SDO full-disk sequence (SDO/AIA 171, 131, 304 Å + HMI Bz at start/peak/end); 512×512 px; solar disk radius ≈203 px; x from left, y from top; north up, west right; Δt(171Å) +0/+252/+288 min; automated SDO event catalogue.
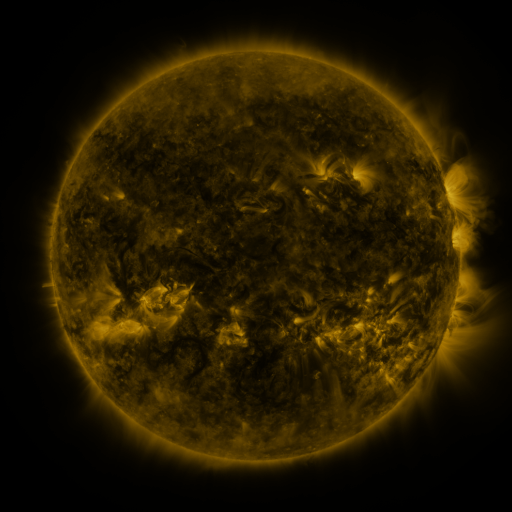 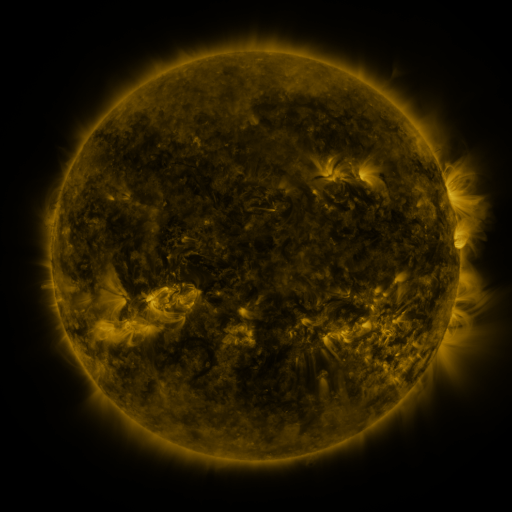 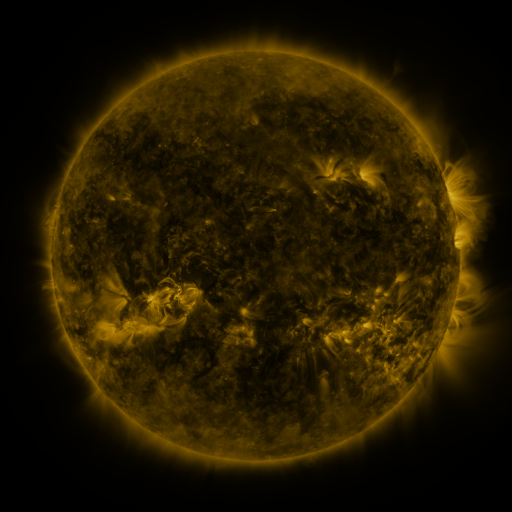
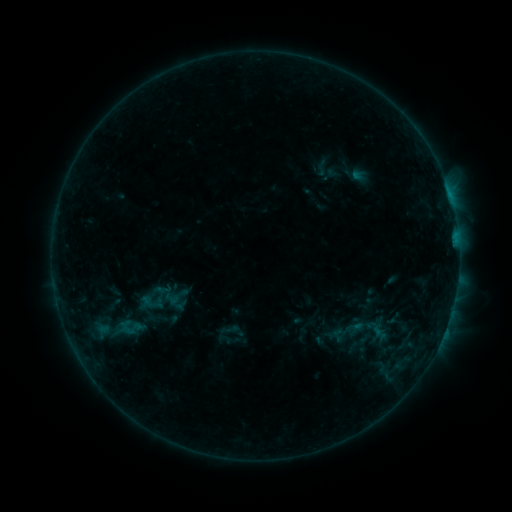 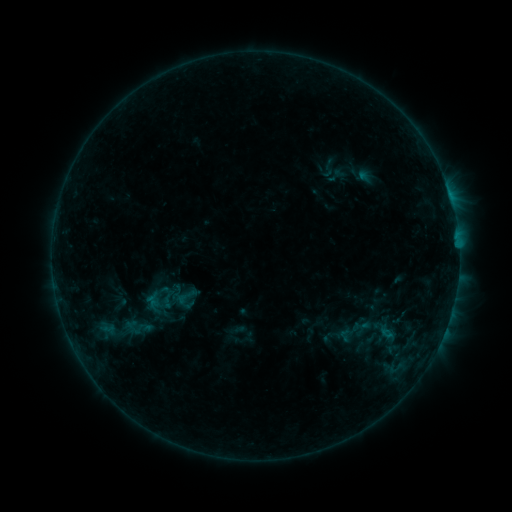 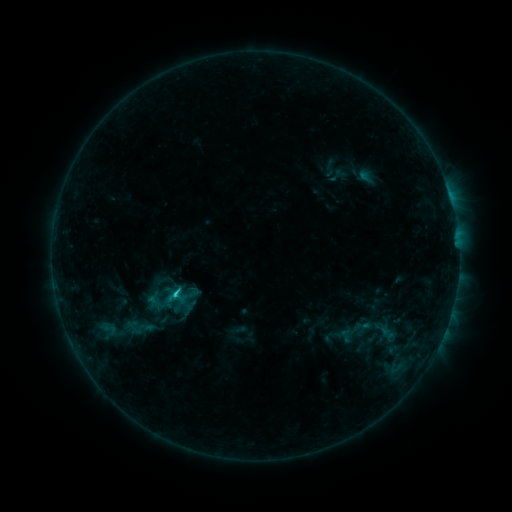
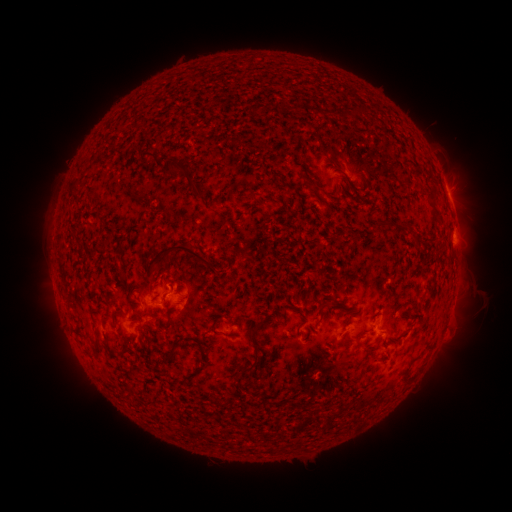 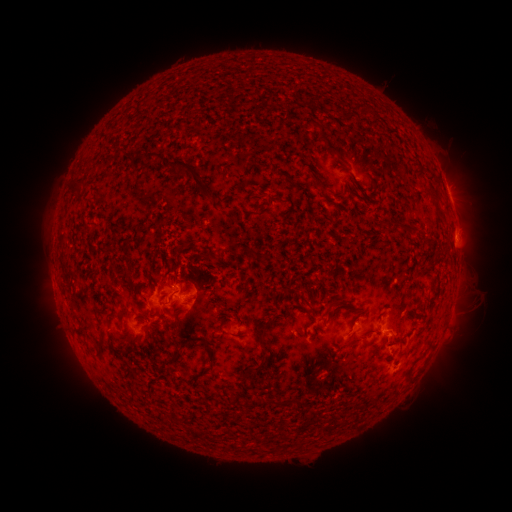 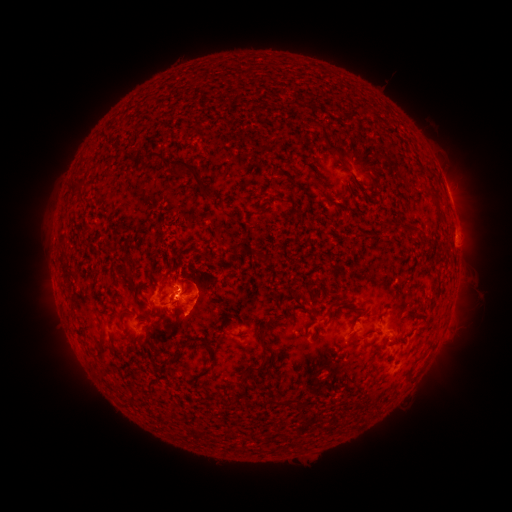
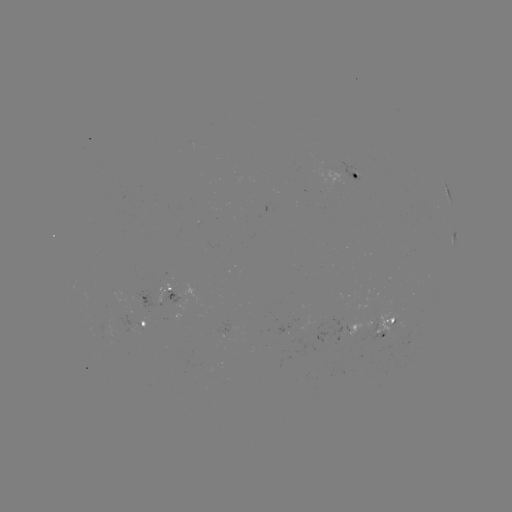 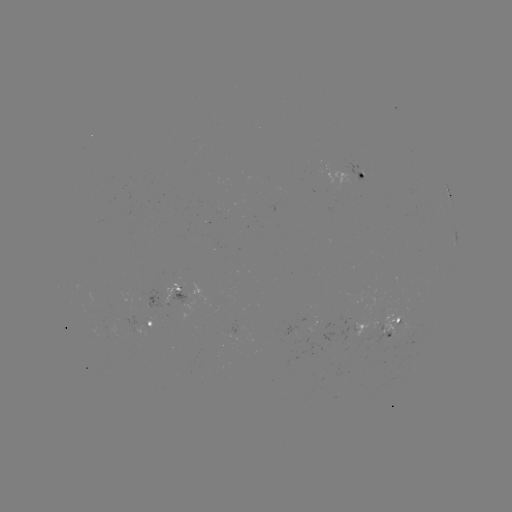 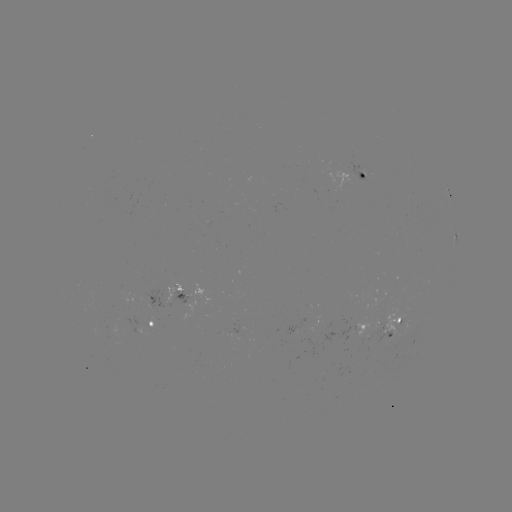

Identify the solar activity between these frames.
emerging-flux region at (181, 289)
